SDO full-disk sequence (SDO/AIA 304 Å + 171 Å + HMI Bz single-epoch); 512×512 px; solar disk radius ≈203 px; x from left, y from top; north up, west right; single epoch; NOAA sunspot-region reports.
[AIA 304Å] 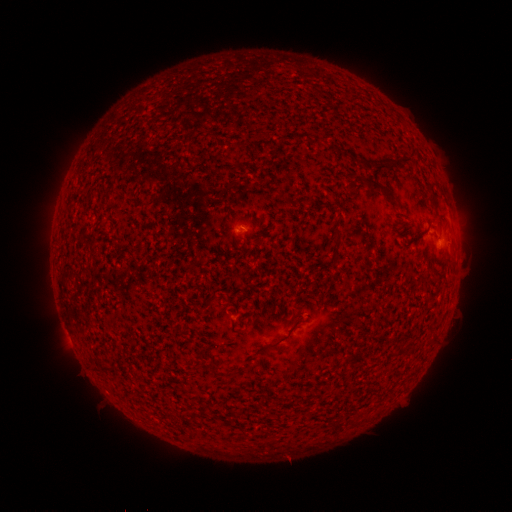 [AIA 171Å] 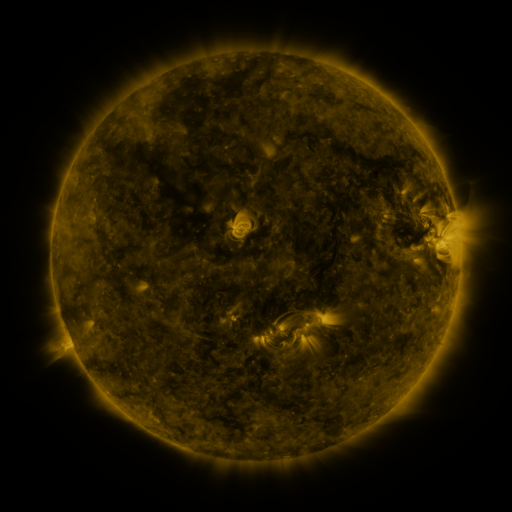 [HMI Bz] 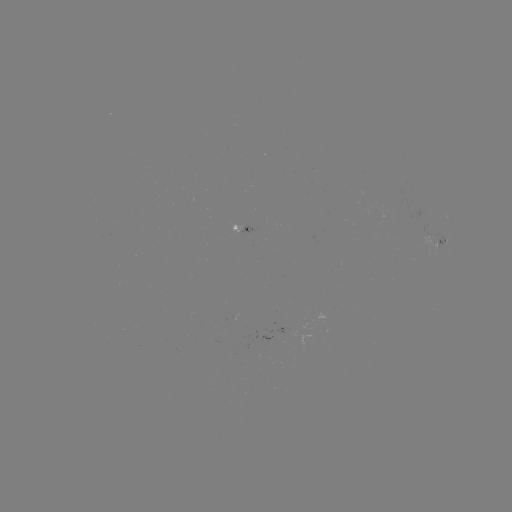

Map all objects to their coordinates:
spotted active region: (242, 228)
spotted active region: (442, 242)
